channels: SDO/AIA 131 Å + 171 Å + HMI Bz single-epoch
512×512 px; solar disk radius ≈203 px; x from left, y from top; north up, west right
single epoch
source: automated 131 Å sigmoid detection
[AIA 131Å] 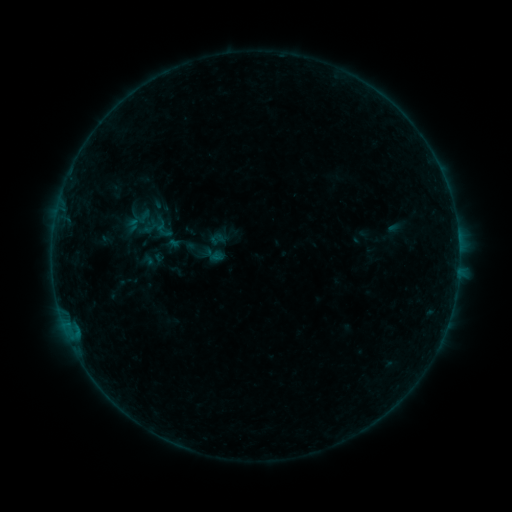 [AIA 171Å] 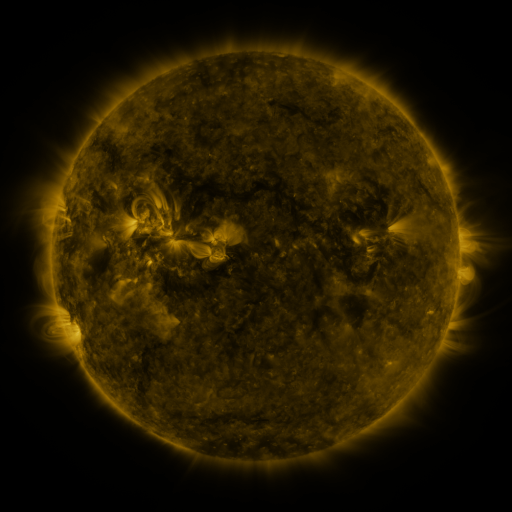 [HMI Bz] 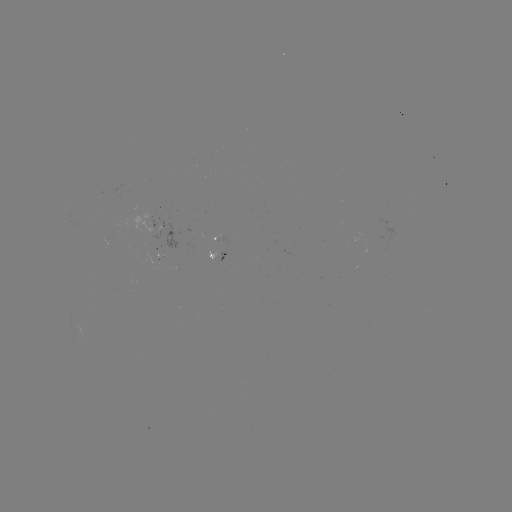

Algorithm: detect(sigmoid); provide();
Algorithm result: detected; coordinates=163,229